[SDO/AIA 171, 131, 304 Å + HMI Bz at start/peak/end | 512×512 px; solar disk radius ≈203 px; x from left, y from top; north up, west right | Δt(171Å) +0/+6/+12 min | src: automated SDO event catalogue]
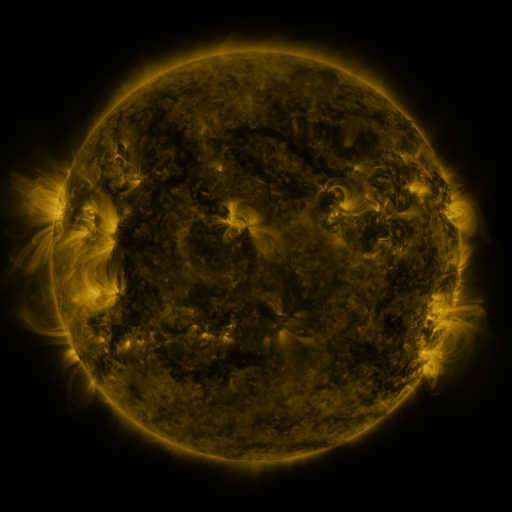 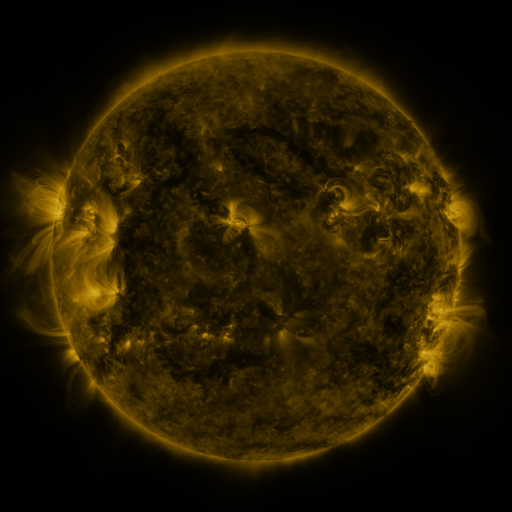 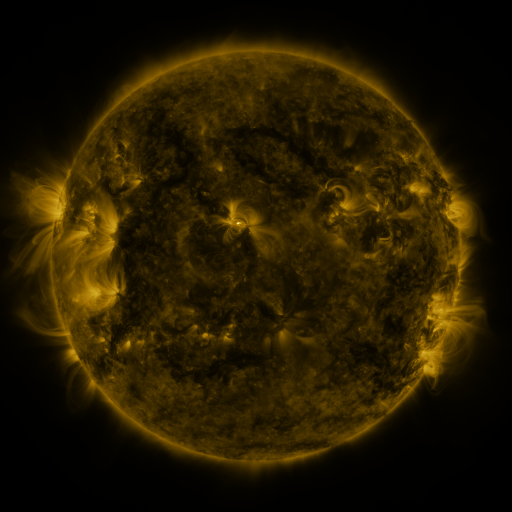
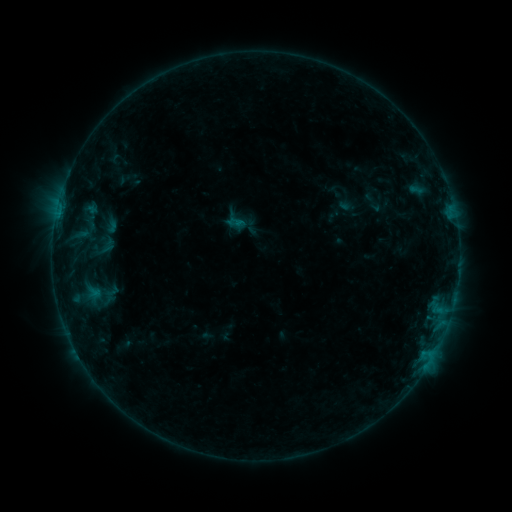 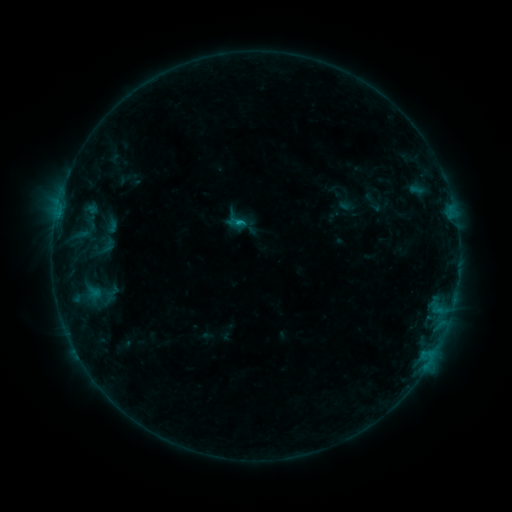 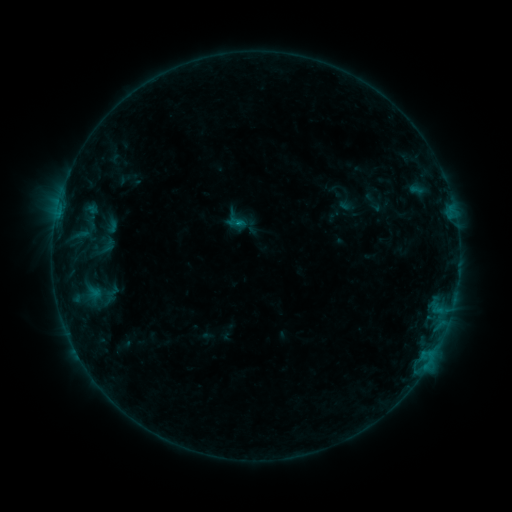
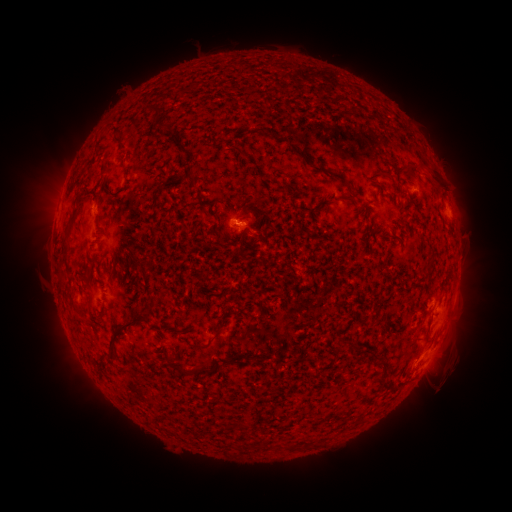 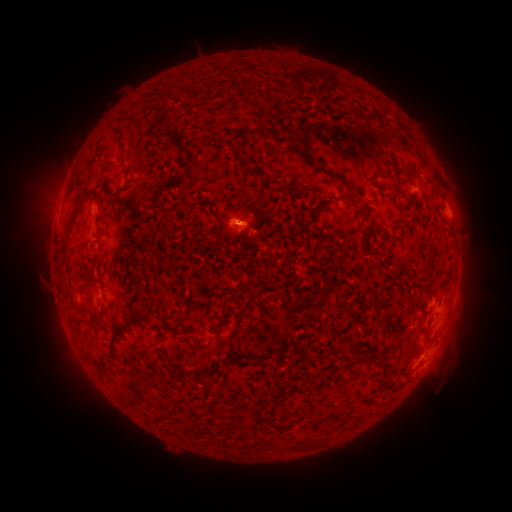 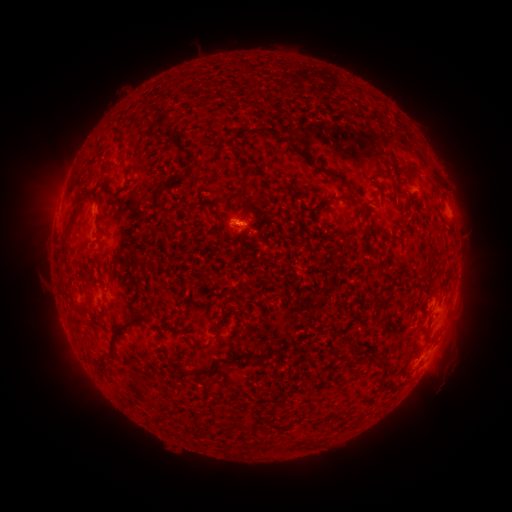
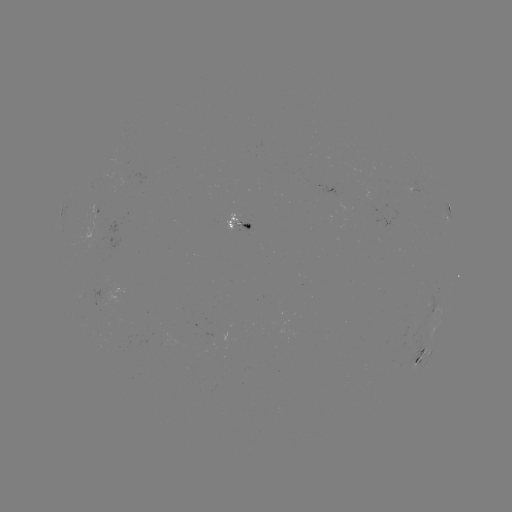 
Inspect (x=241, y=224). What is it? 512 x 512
B5.6 flare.